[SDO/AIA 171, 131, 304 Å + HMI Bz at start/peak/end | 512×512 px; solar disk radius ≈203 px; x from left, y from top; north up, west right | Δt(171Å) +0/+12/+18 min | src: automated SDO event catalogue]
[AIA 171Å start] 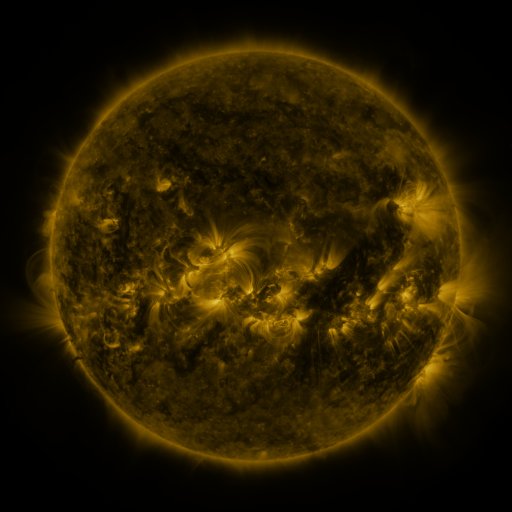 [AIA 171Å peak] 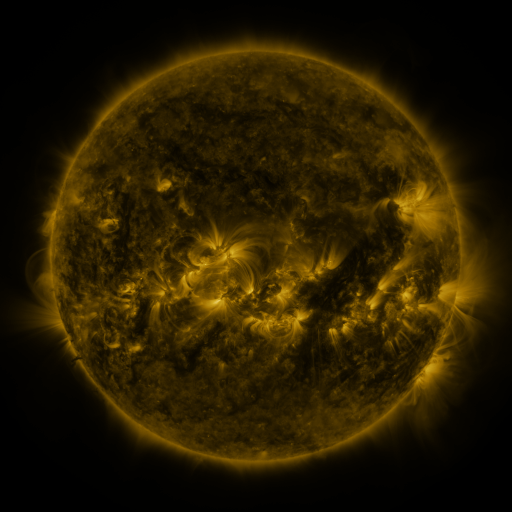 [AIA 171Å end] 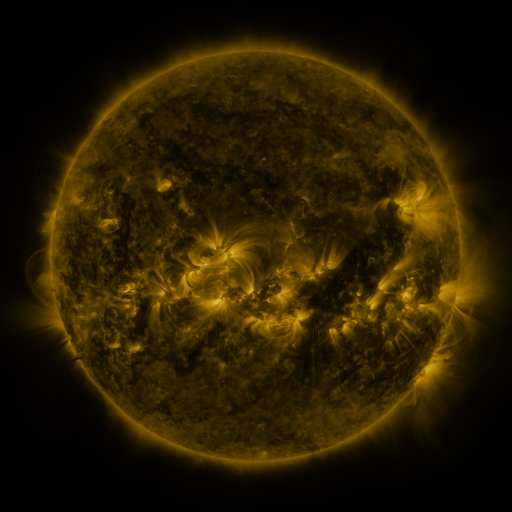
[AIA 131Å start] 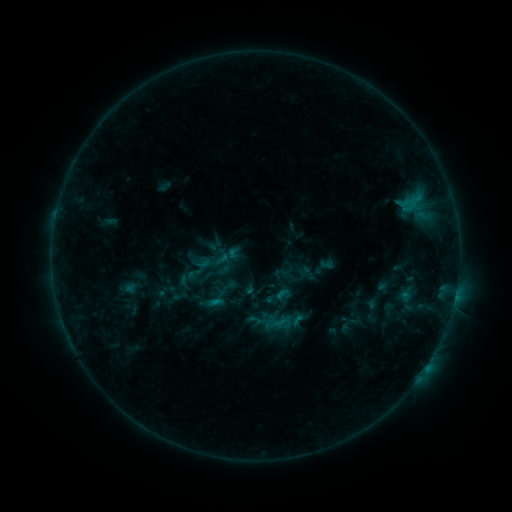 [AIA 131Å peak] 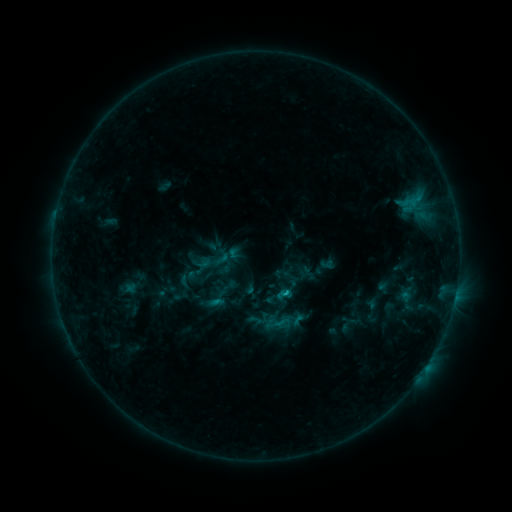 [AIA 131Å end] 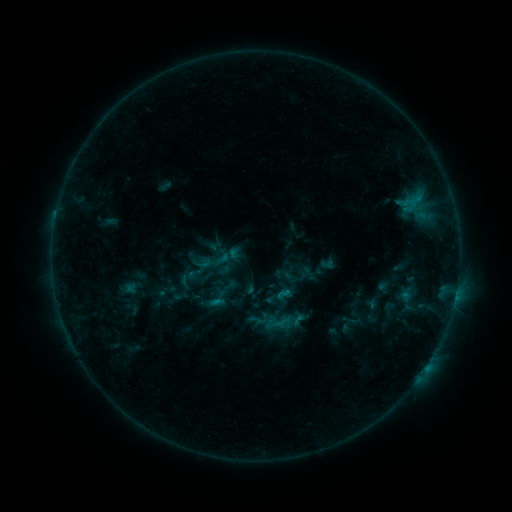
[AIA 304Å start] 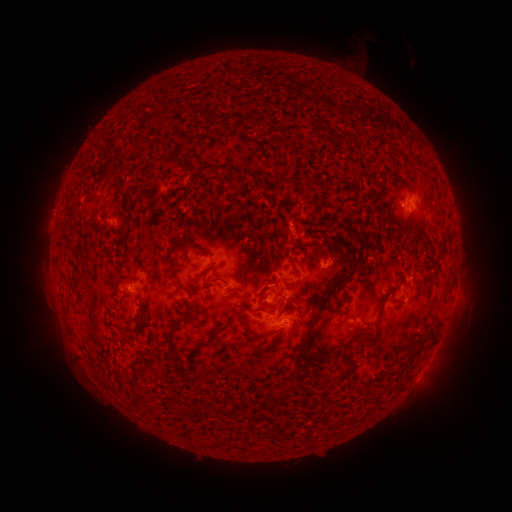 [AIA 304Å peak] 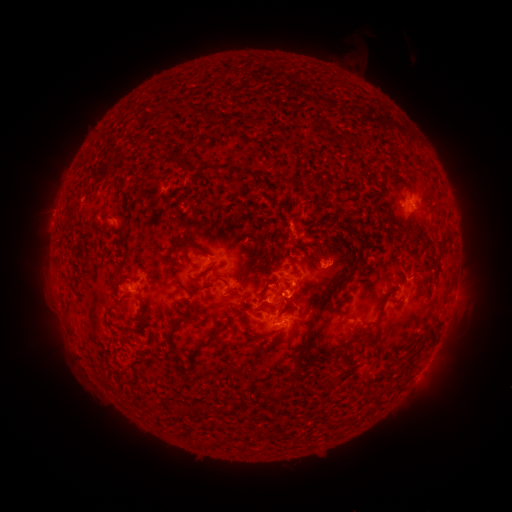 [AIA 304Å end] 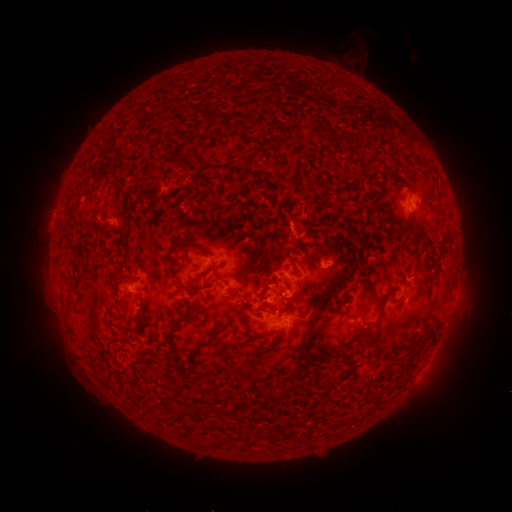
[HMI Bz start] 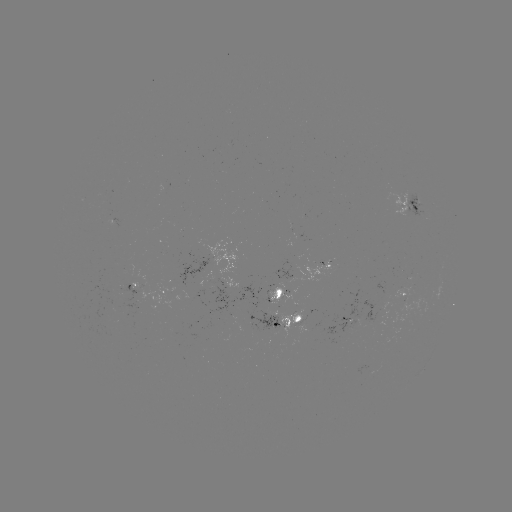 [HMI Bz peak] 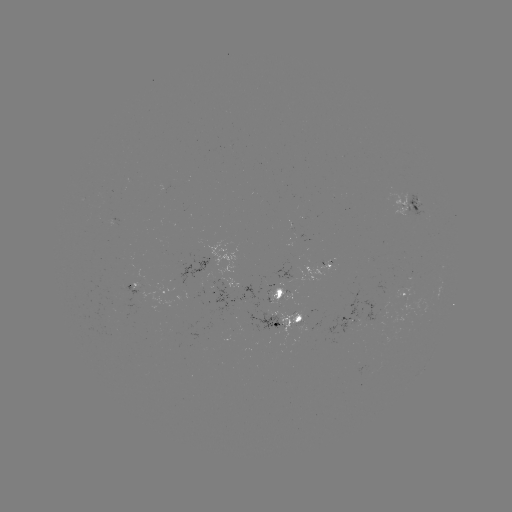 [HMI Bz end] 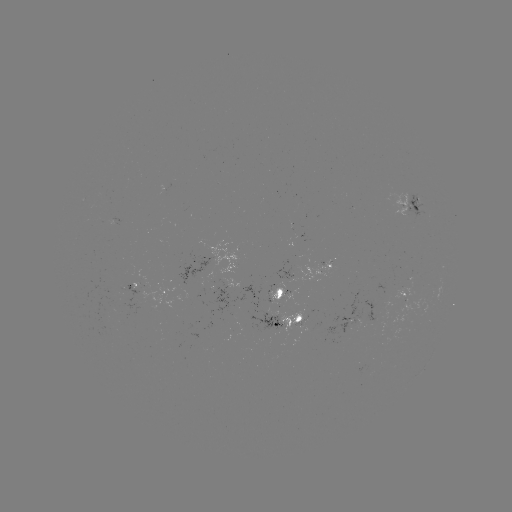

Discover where B7.5 flare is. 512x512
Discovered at [283, 289].